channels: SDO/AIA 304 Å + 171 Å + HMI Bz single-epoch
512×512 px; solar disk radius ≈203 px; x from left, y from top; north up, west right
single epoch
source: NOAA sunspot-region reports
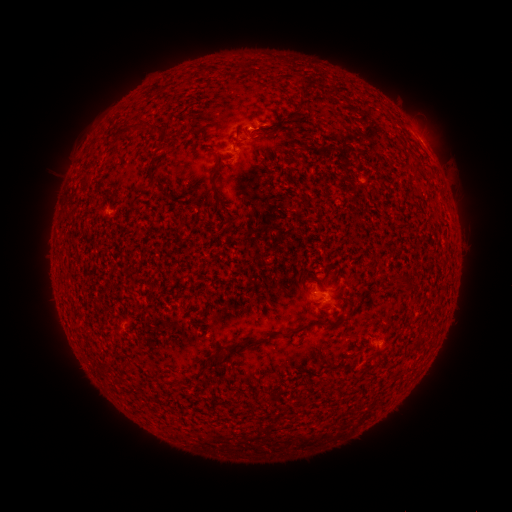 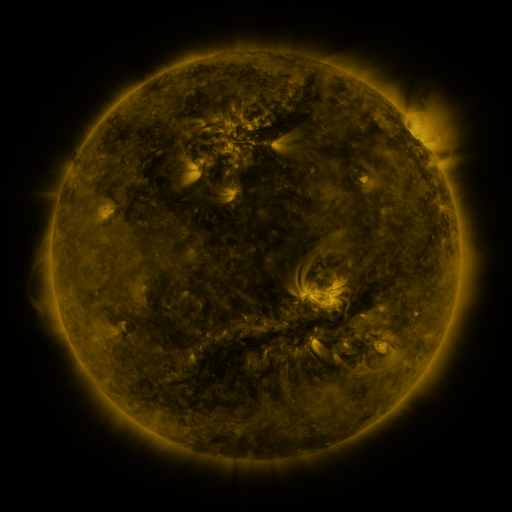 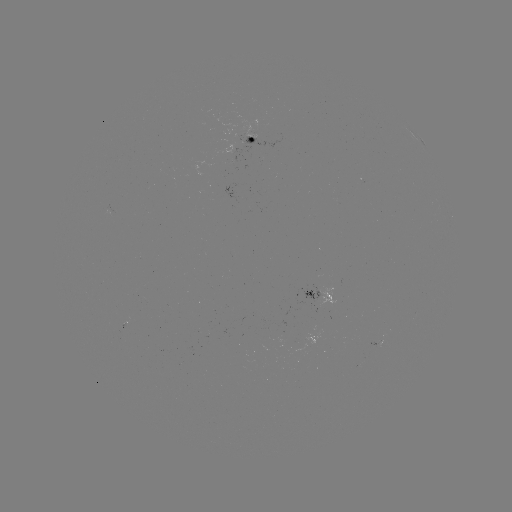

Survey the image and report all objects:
spotted active region: (253, 131)
spotted active region: (419, 139)
spotted active region: (317, 290)
